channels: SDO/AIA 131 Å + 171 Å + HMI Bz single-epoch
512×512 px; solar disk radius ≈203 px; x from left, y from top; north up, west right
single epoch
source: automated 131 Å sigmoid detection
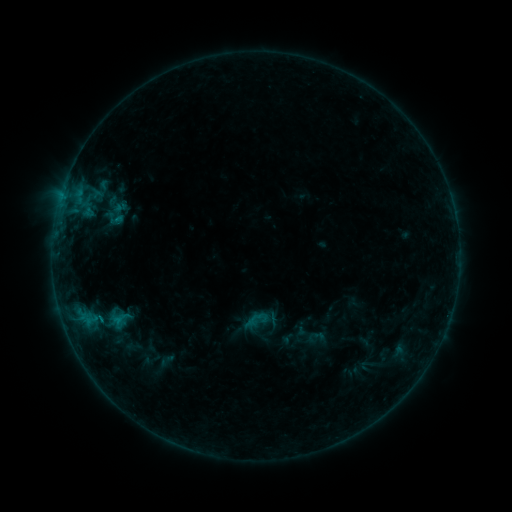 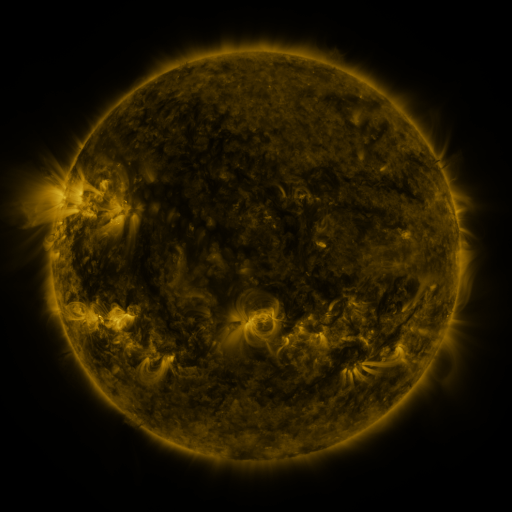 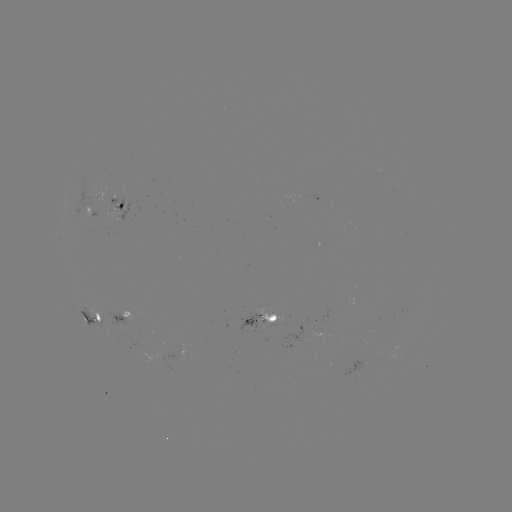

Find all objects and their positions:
sigmoid: <bbox>244, 311, 263, 329</bbox>
